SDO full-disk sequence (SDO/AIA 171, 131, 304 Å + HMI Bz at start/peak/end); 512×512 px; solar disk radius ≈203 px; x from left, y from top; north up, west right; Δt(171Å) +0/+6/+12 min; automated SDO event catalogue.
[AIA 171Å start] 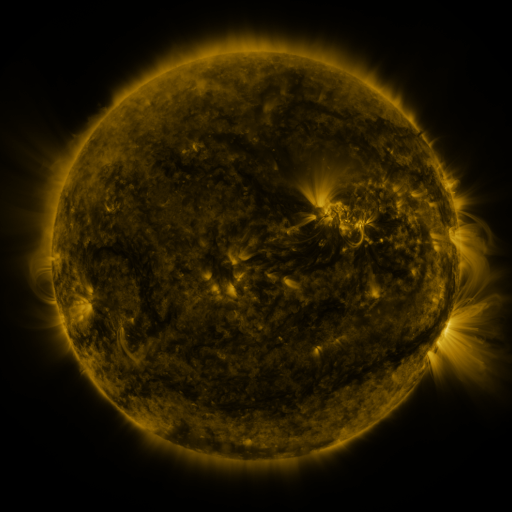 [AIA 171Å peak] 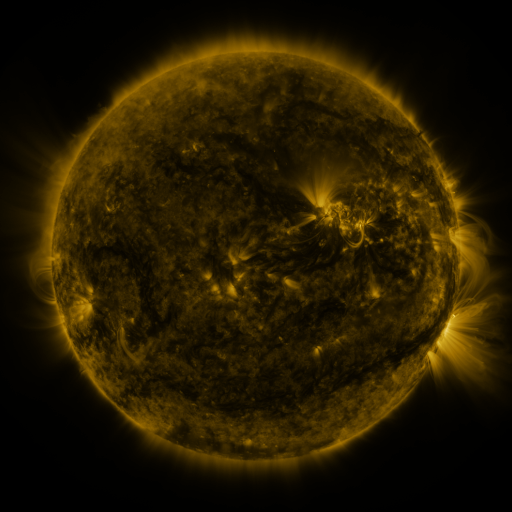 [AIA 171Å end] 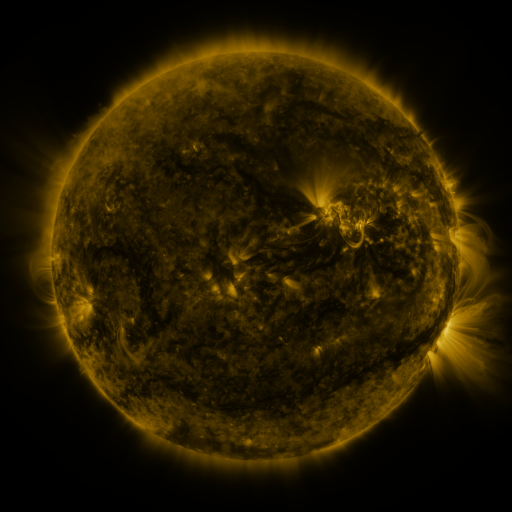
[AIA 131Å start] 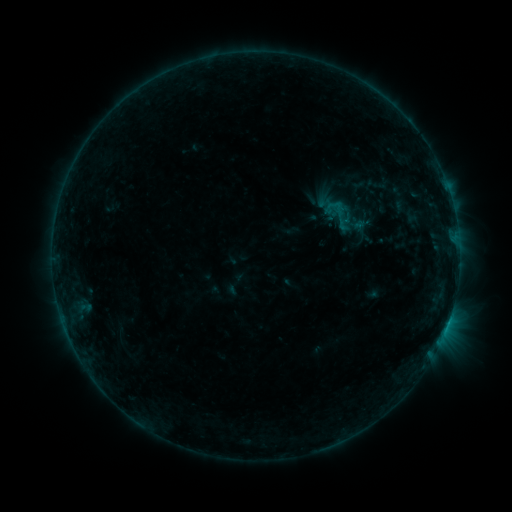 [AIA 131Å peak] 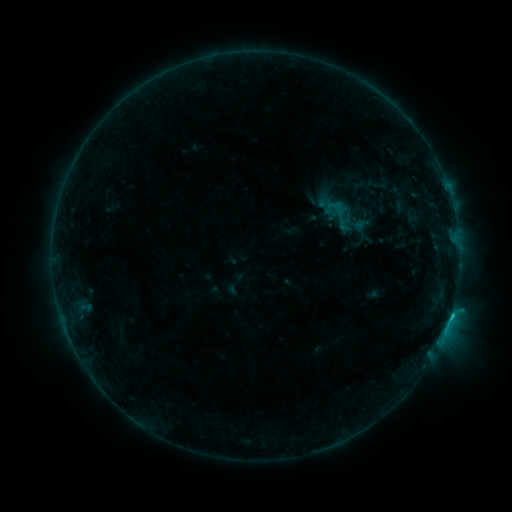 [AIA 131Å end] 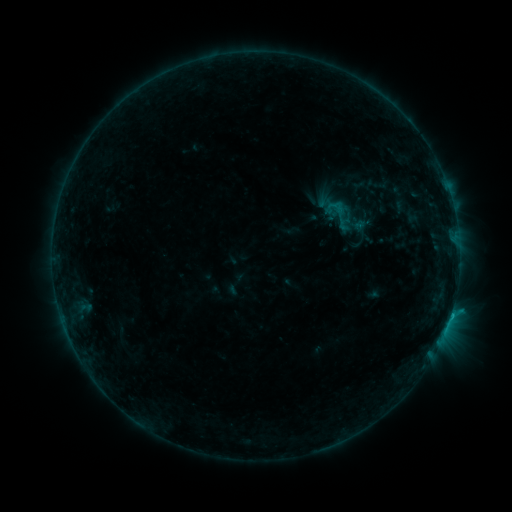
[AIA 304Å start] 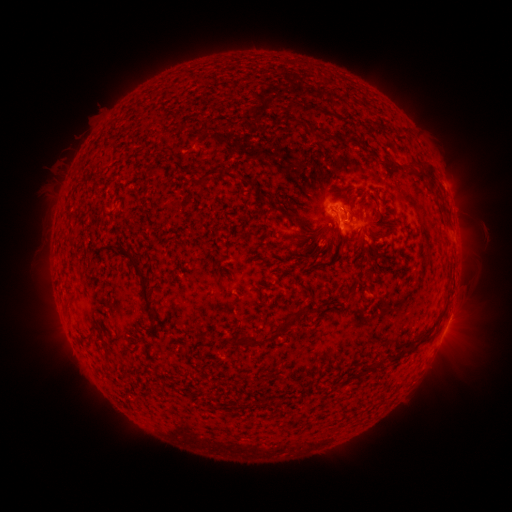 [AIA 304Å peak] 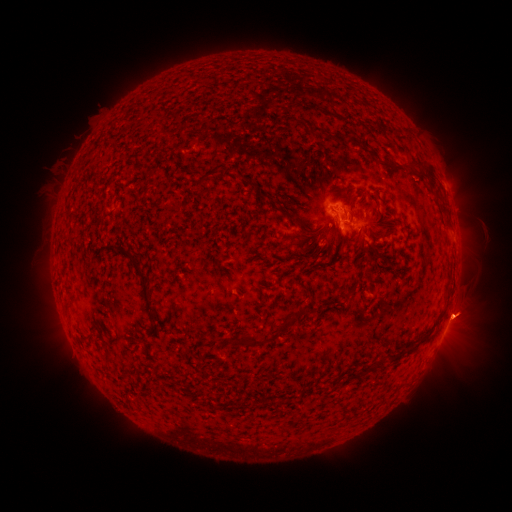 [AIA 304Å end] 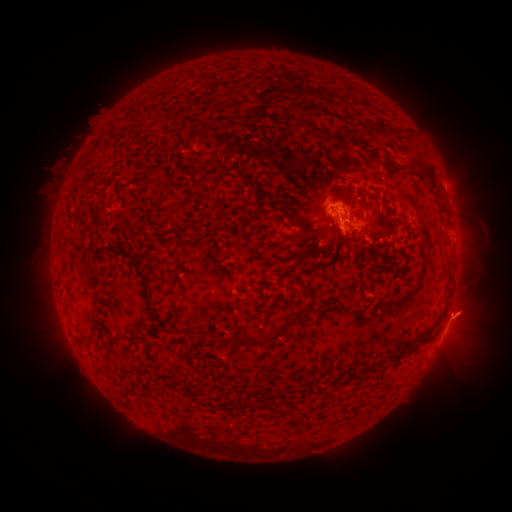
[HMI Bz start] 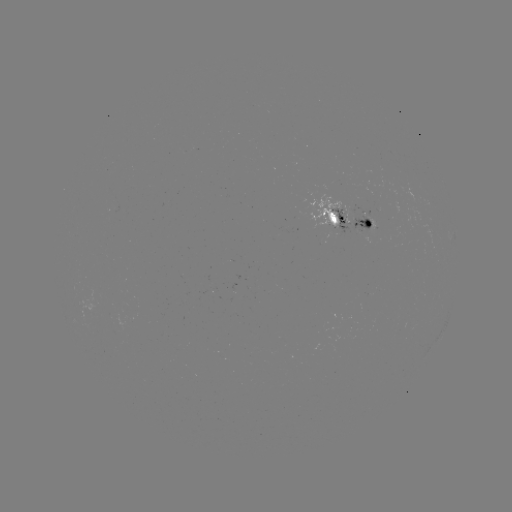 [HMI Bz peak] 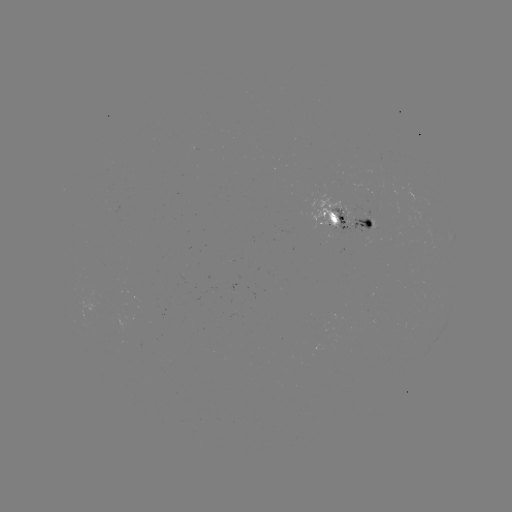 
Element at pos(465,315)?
eruption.